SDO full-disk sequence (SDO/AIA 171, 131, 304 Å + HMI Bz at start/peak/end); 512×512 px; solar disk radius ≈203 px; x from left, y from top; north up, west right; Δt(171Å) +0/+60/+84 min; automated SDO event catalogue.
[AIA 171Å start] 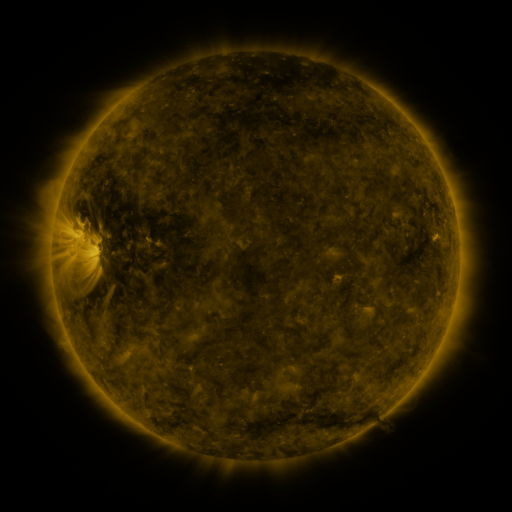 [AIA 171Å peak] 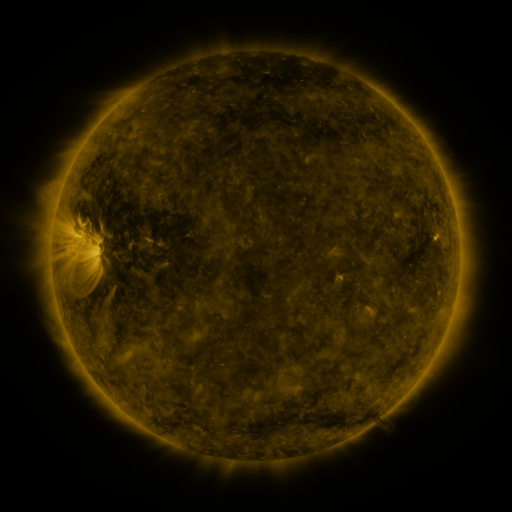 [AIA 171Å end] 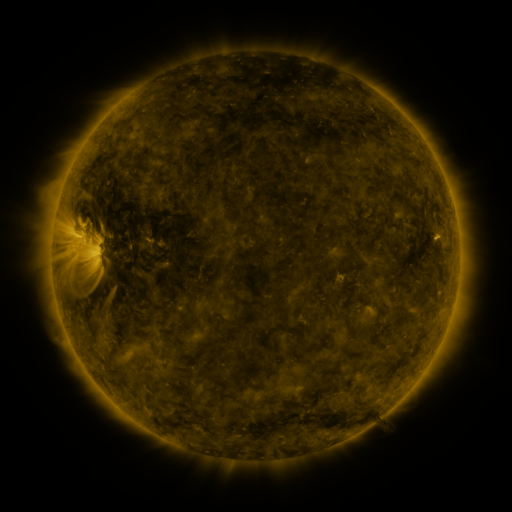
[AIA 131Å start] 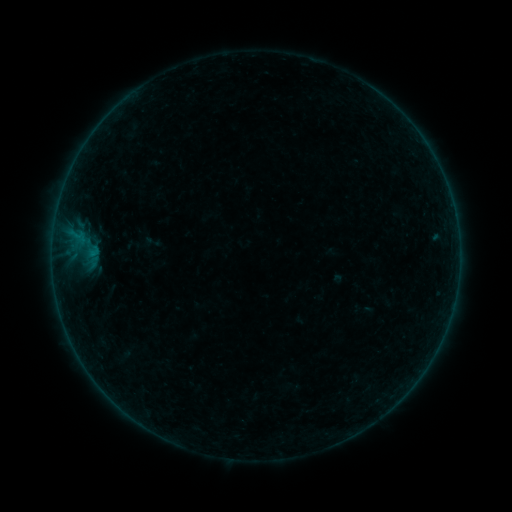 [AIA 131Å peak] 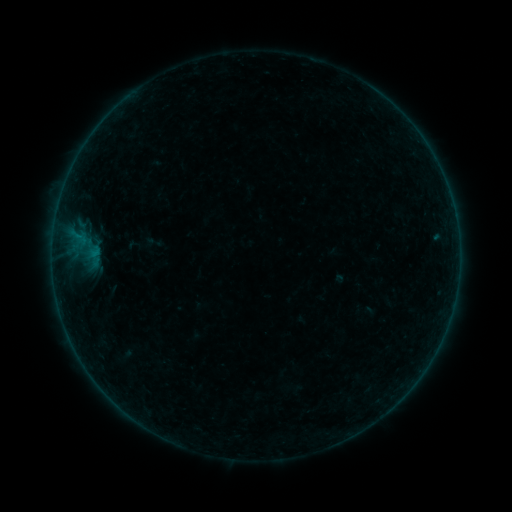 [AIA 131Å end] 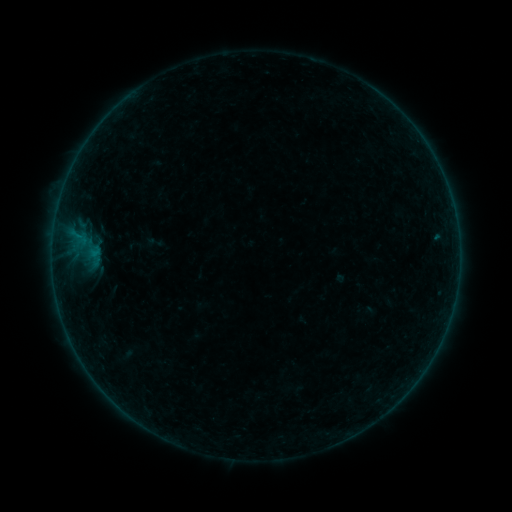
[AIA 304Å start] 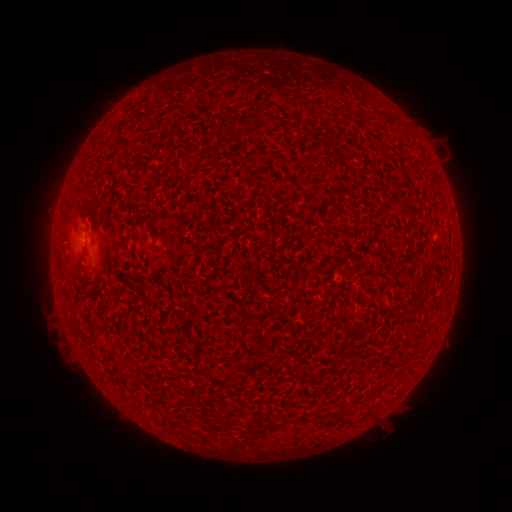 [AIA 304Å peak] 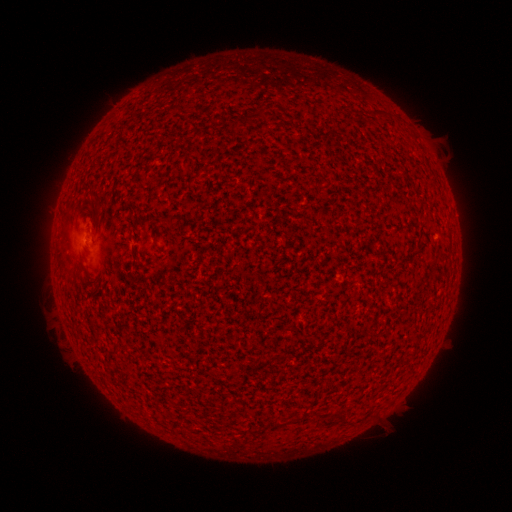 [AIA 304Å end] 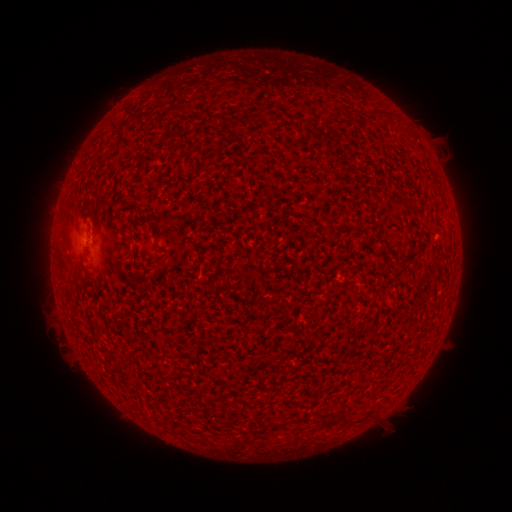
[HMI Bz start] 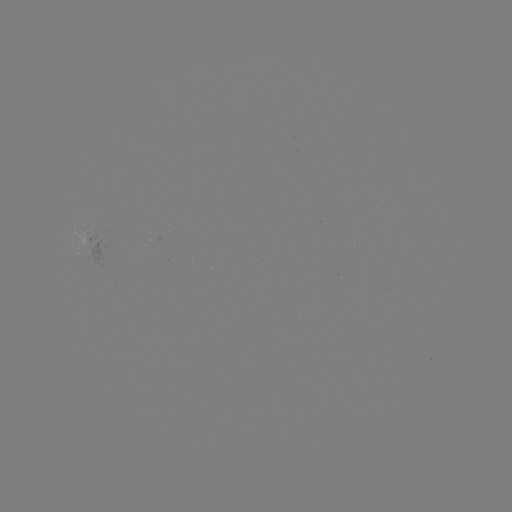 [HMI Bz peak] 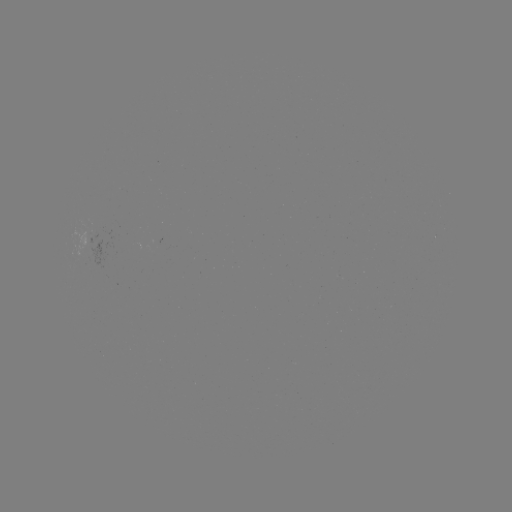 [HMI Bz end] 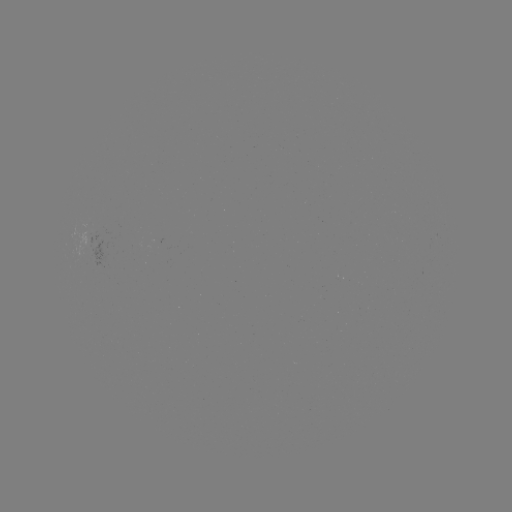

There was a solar emerging-flux region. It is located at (94, 252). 